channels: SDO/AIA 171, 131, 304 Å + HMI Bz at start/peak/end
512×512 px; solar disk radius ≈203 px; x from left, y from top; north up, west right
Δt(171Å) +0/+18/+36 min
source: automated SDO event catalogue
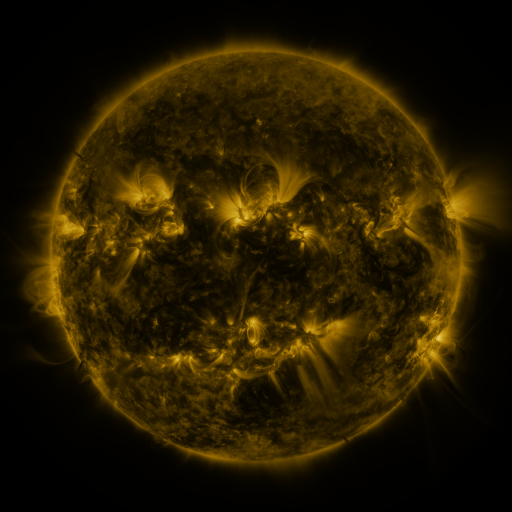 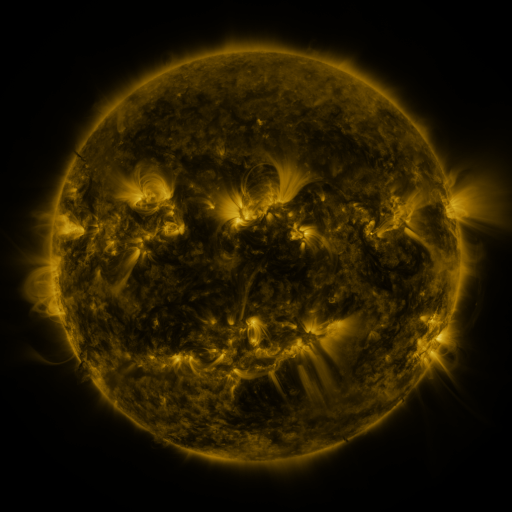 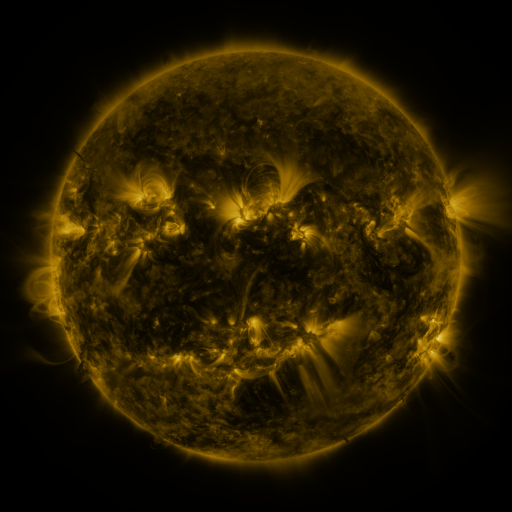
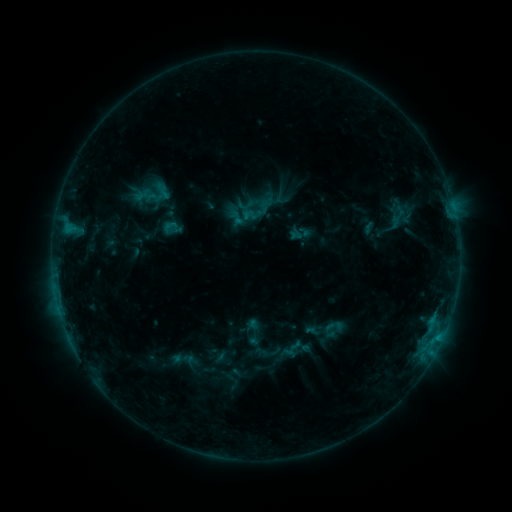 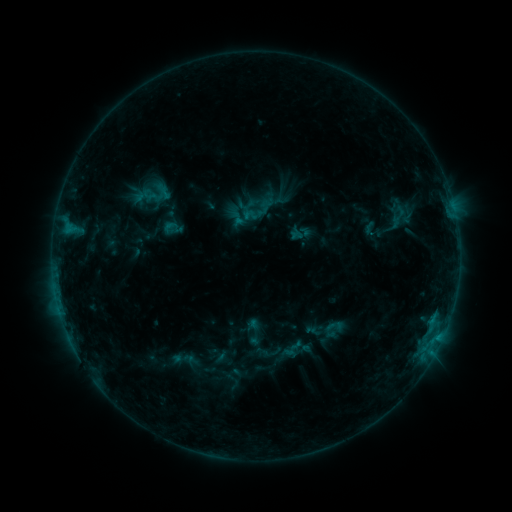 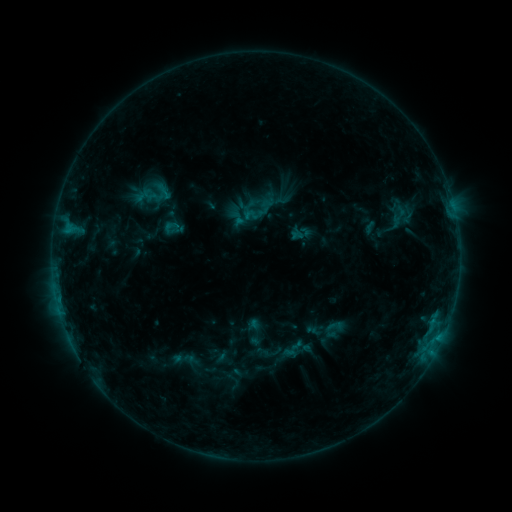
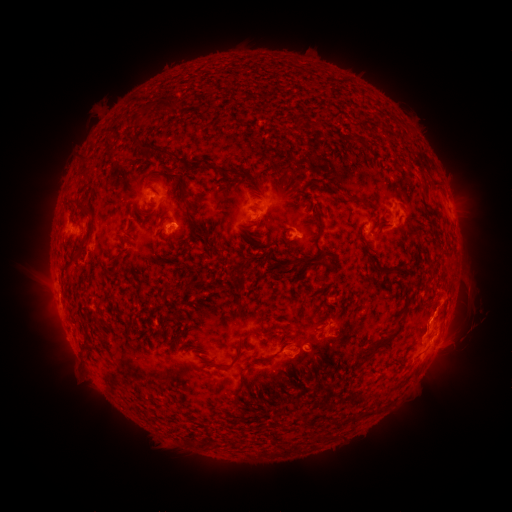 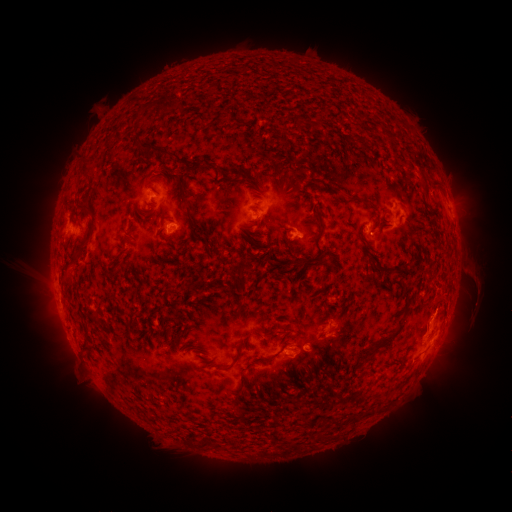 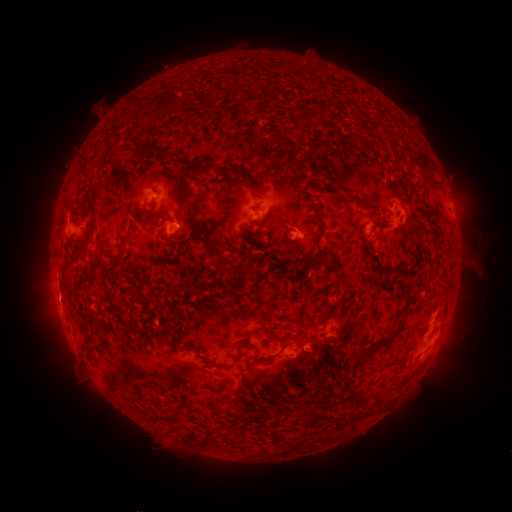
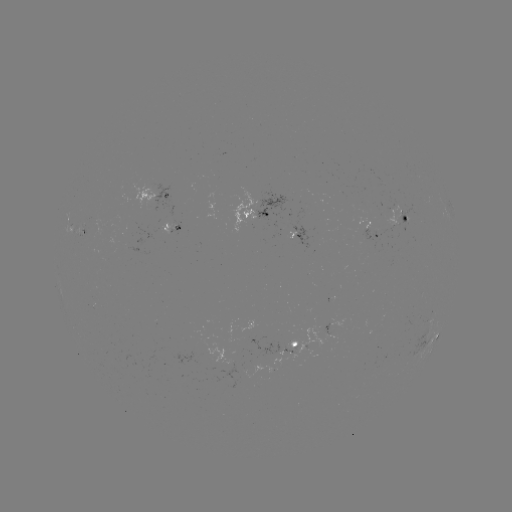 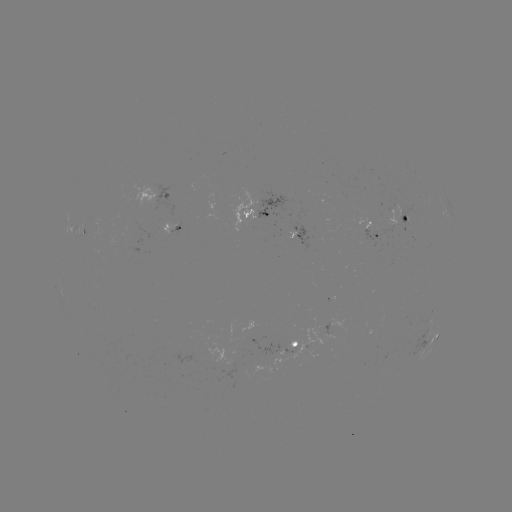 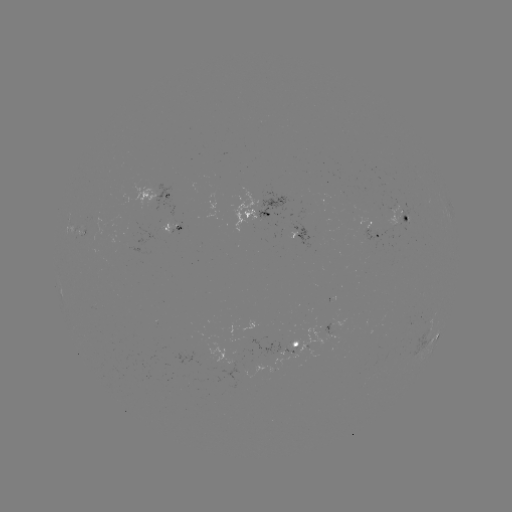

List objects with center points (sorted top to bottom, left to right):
eruption: (475, 285)
